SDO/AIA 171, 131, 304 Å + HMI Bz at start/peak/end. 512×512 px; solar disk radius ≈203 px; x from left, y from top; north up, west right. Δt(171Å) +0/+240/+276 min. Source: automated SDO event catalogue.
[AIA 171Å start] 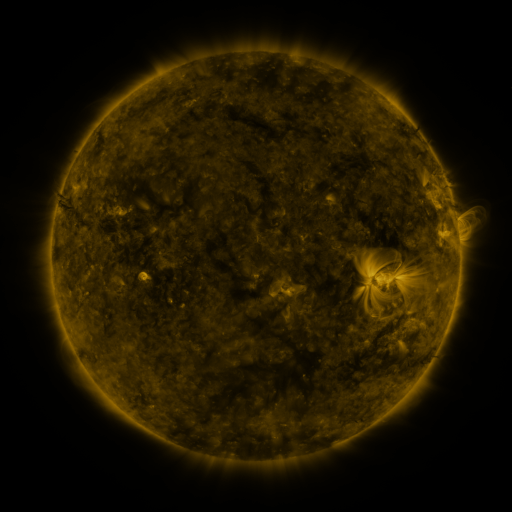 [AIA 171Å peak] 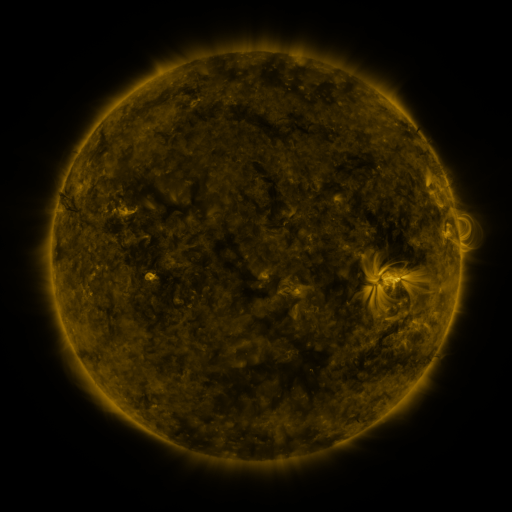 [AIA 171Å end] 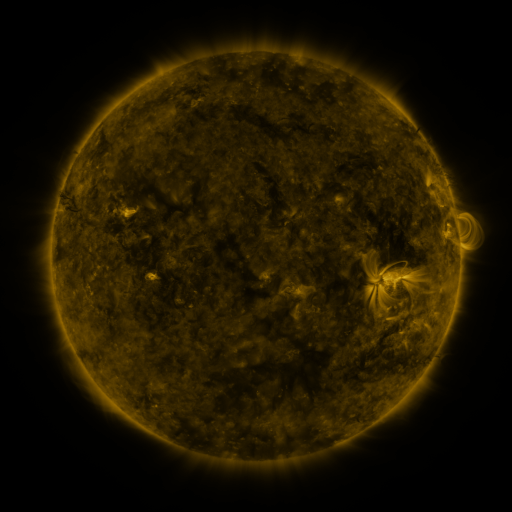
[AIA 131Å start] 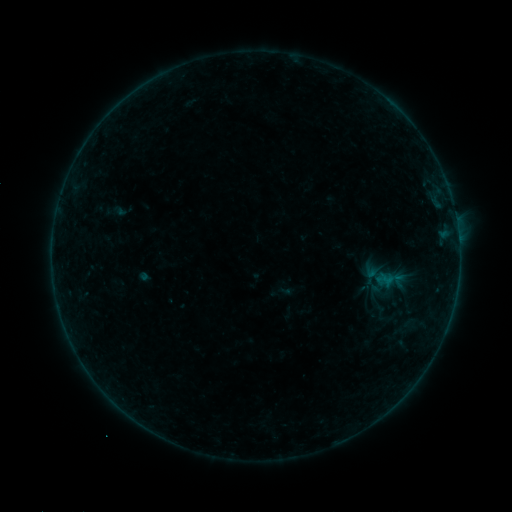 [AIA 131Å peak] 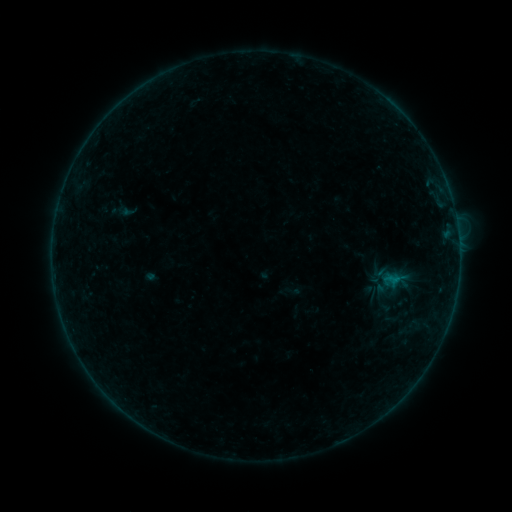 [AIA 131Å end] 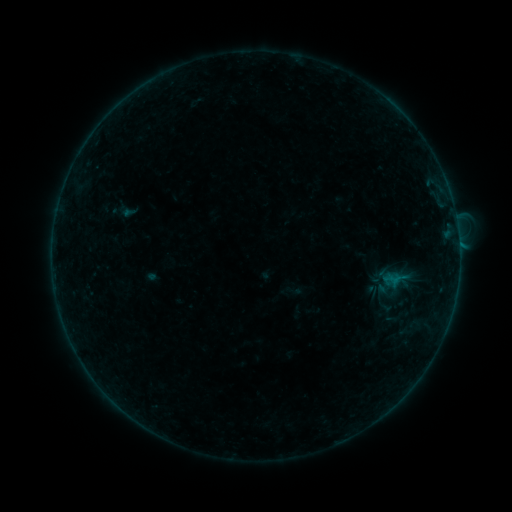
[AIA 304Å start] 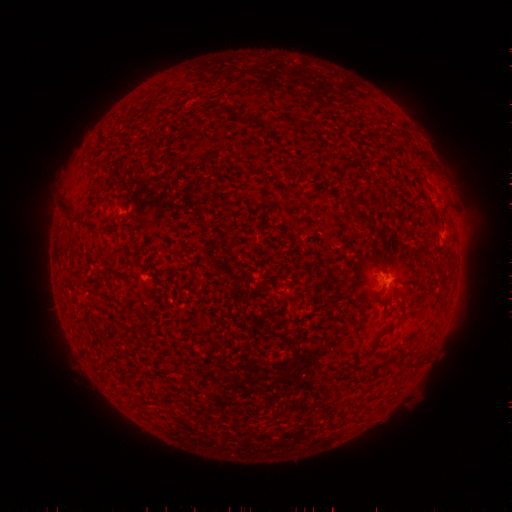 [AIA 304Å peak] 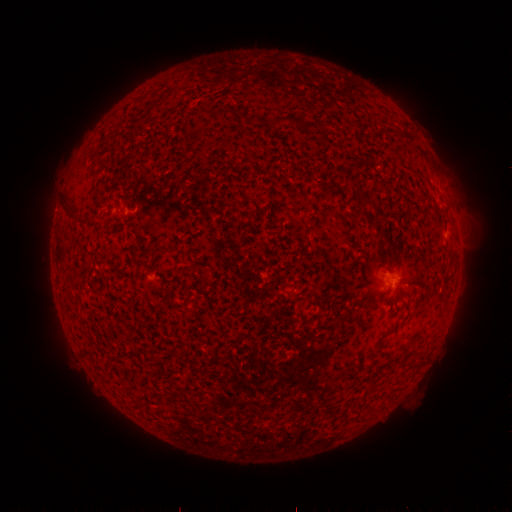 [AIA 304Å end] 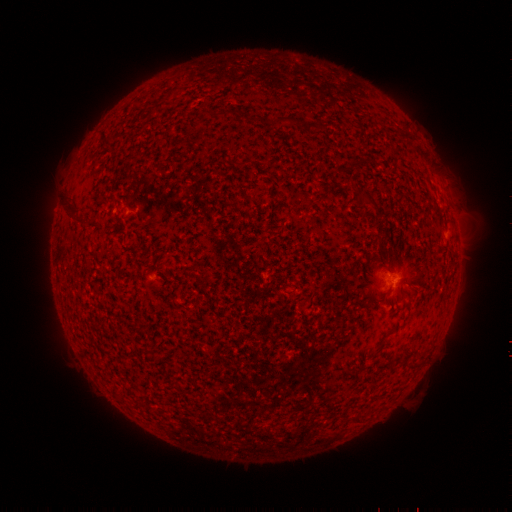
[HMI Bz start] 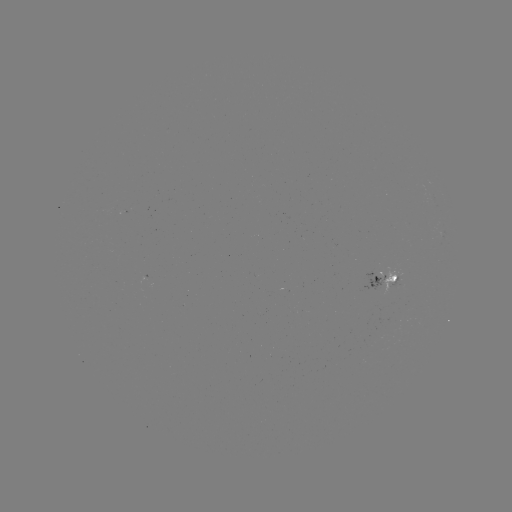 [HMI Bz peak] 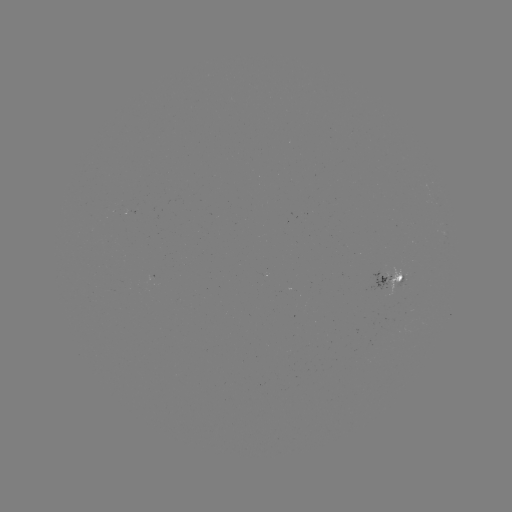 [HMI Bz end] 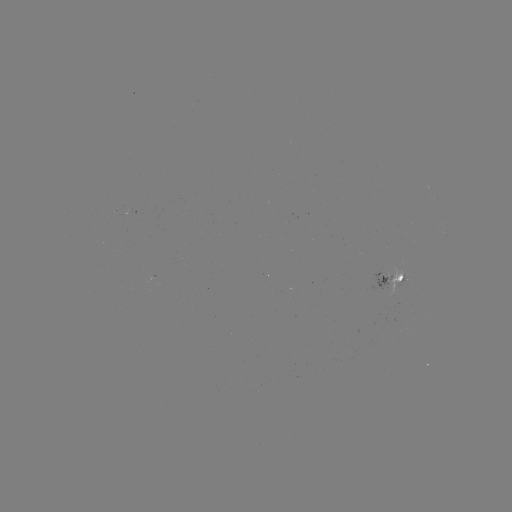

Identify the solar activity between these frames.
emerging-flux region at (391, 284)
